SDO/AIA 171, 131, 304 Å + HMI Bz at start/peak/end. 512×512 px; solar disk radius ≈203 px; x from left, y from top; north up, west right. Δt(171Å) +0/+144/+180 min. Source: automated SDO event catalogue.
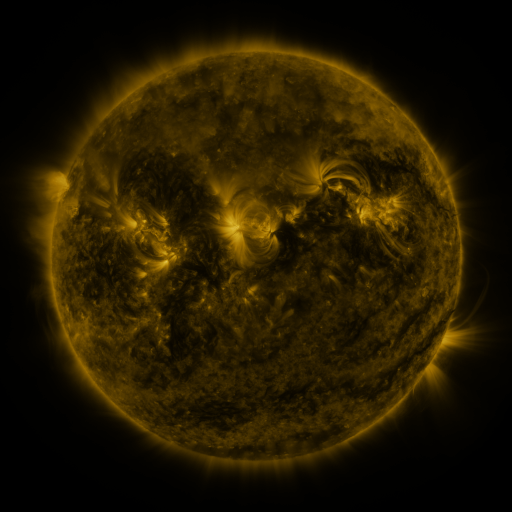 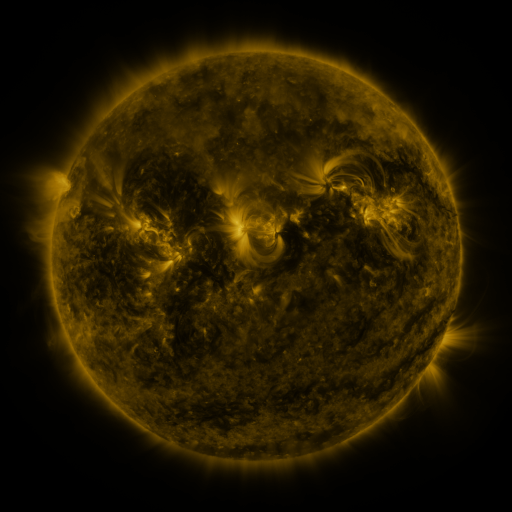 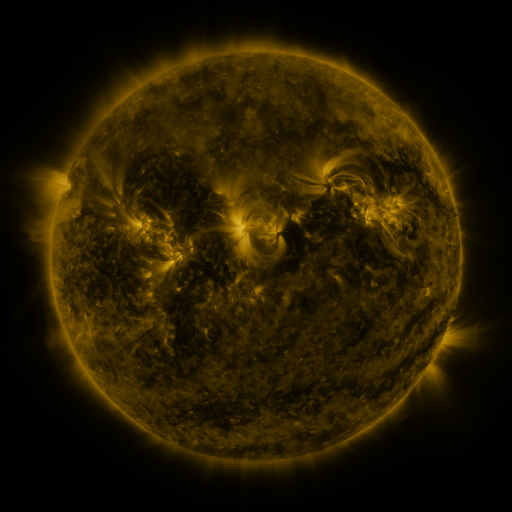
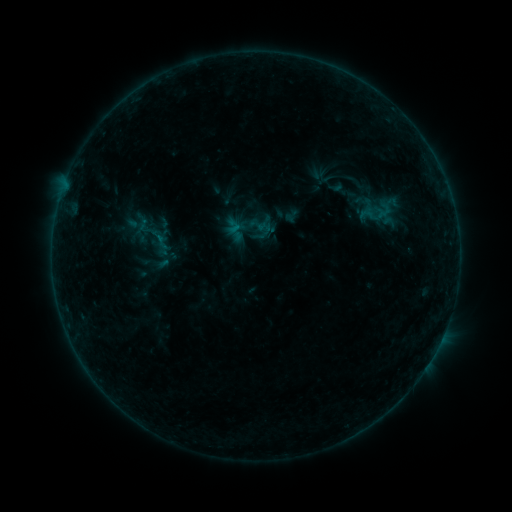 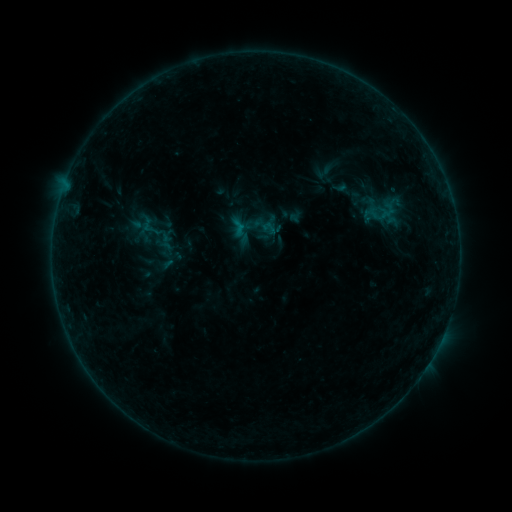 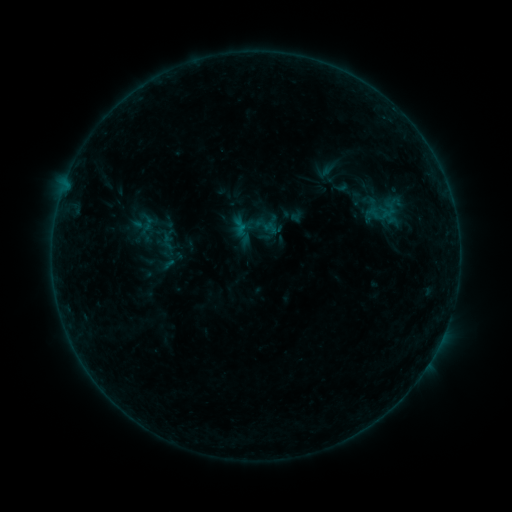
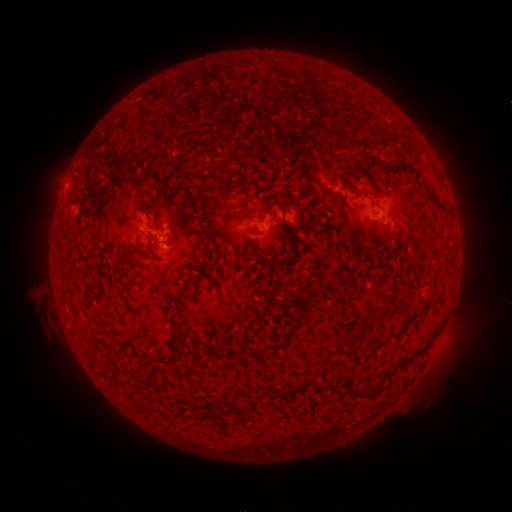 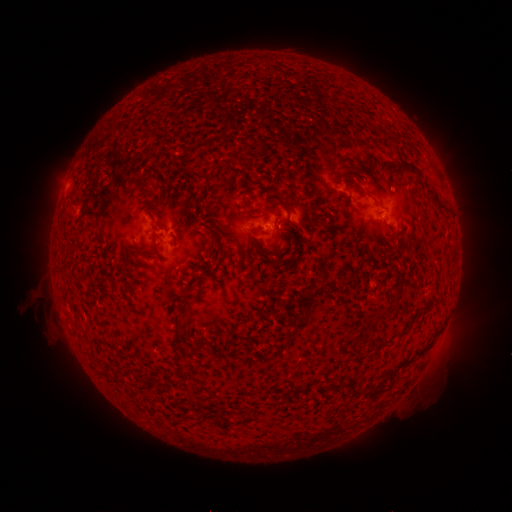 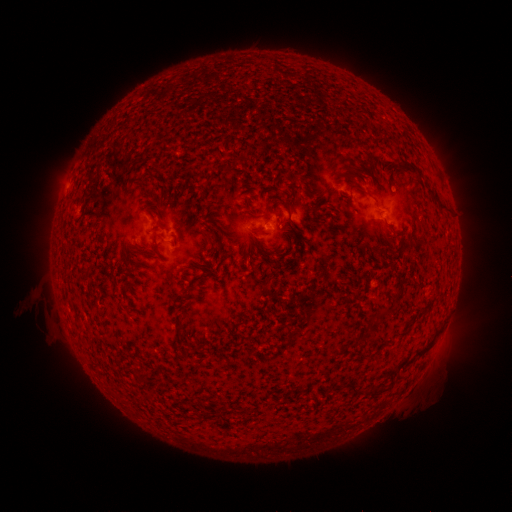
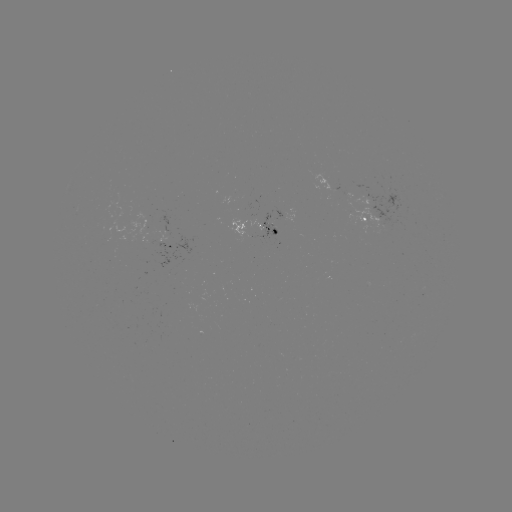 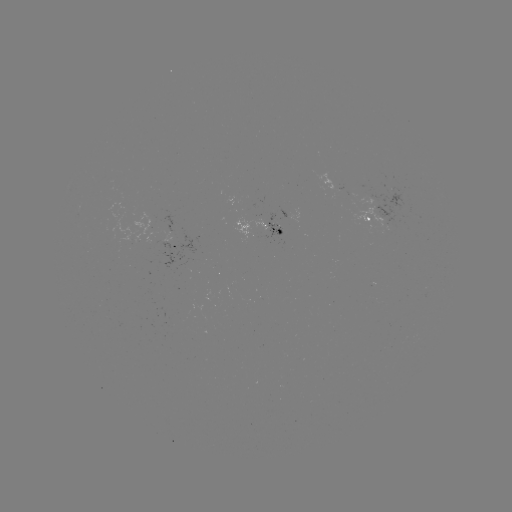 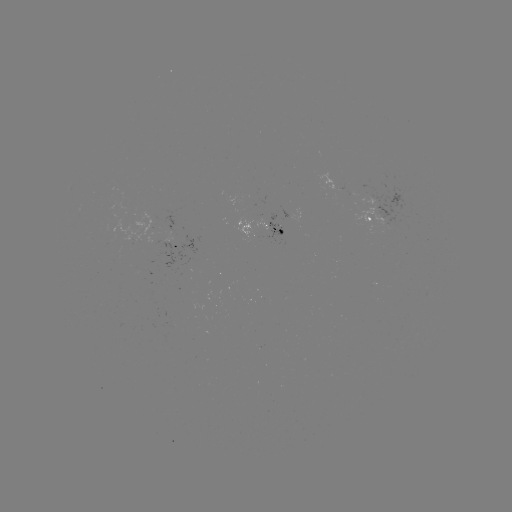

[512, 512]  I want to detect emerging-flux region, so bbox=[364, 187, 412, 228].